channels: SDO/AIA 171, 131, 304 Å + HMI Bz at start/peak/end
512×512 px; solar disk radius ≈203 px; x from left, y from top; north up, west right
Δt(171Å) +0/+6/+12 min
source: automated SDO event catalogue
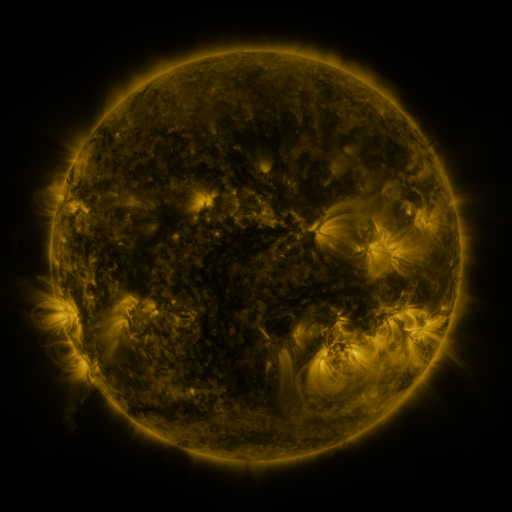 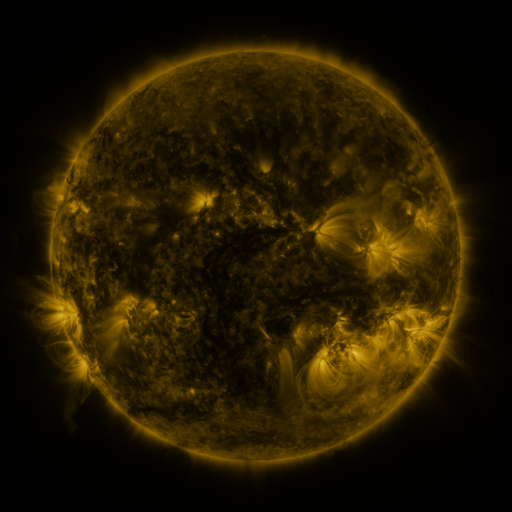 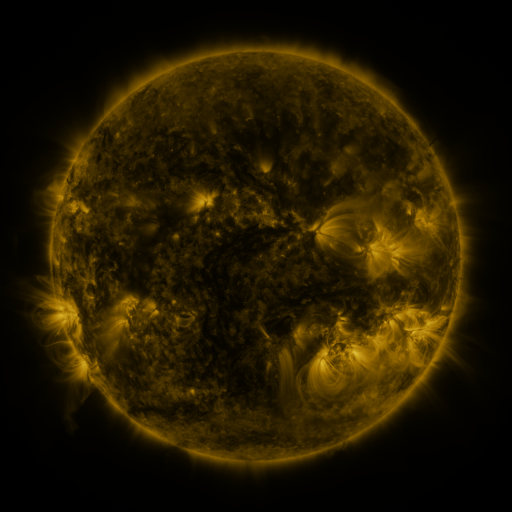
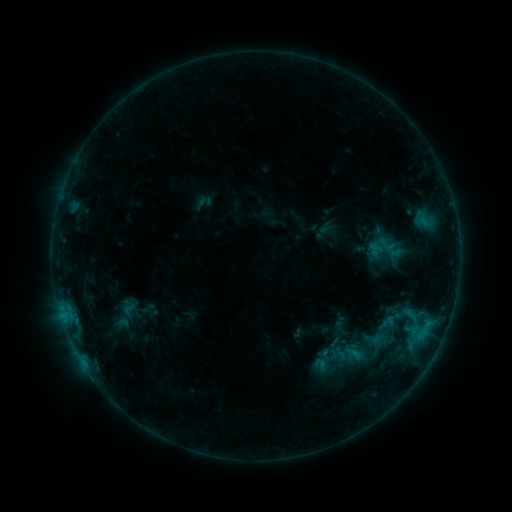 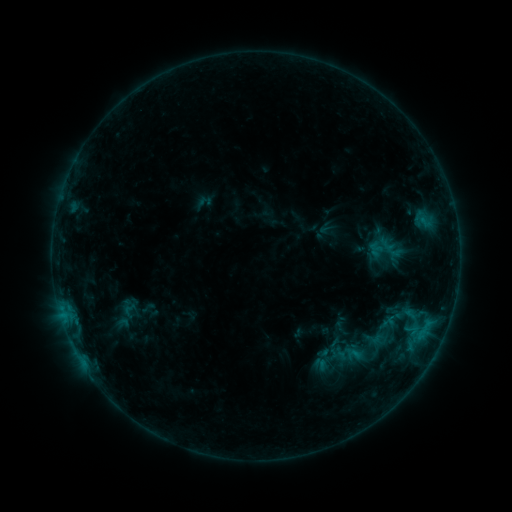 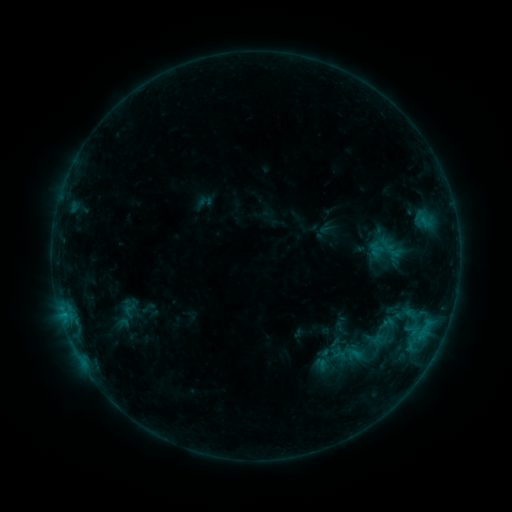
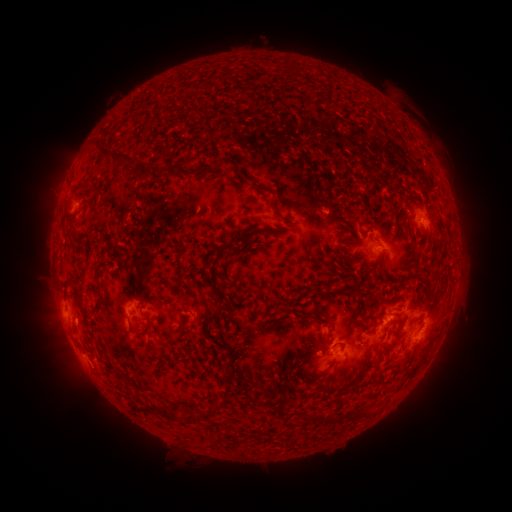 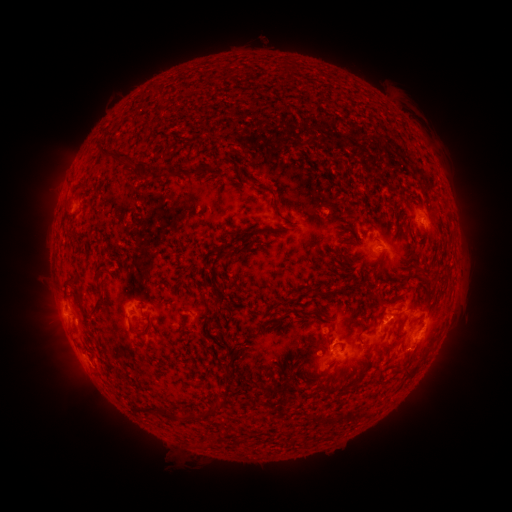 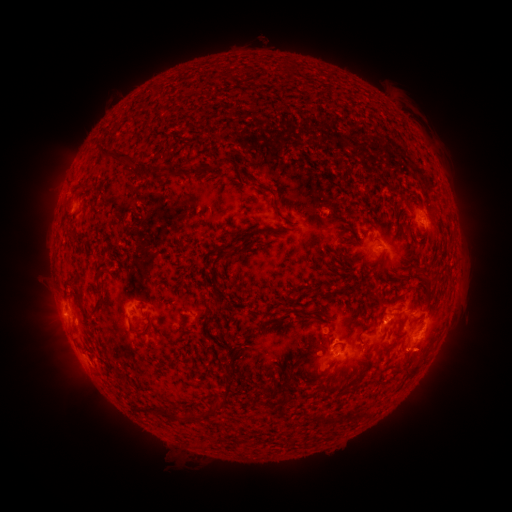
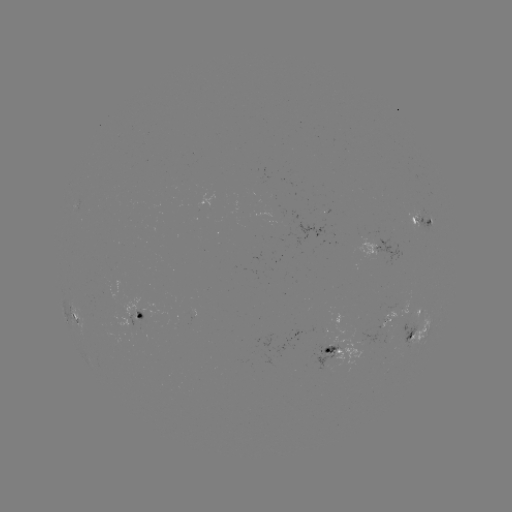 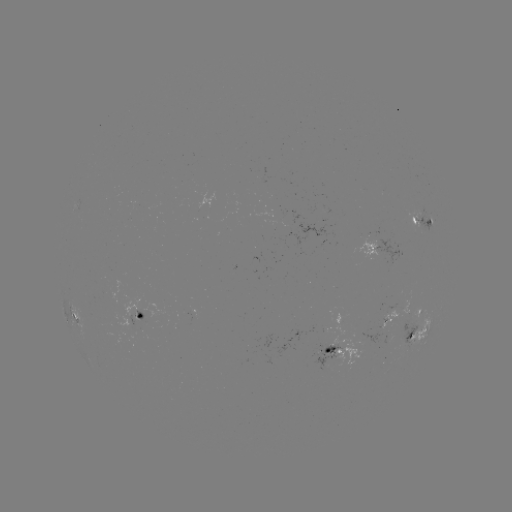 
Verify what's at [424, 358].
eruption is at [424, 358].